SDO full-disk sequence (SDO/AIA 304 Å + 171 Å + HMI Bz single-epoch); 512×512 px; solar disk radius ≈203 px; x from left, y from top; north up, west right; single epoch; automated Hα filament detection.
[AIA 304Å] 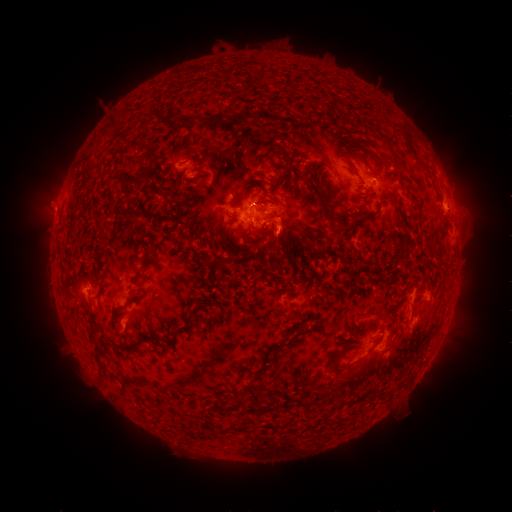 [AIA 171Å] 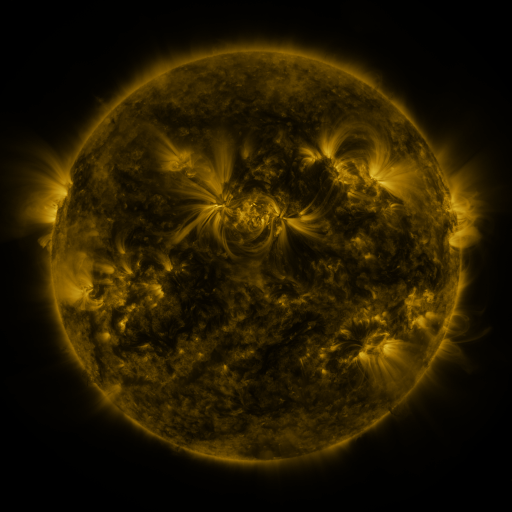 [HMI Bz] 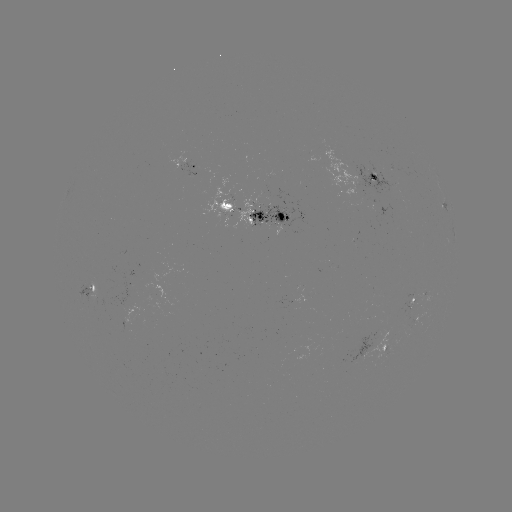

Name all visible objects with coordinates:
filament: (217, 117)
filament: (152, 150)
filament: (373, 176)
filament: (226, 205)
filament: (260, 216)
filament: (232, 217)
filament: (342, 226)
filament: (273, 243)
filament: (402, 251)
filament: (335, 375)
